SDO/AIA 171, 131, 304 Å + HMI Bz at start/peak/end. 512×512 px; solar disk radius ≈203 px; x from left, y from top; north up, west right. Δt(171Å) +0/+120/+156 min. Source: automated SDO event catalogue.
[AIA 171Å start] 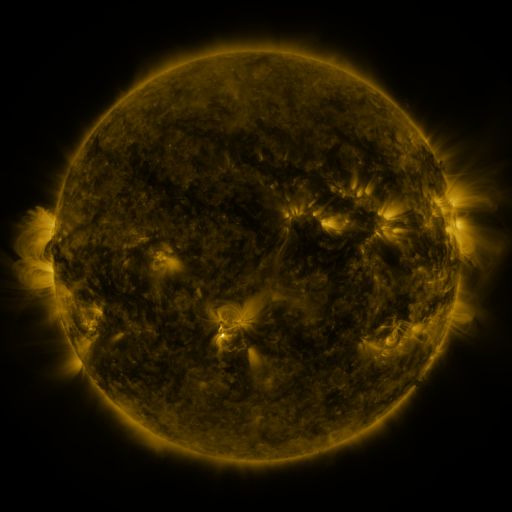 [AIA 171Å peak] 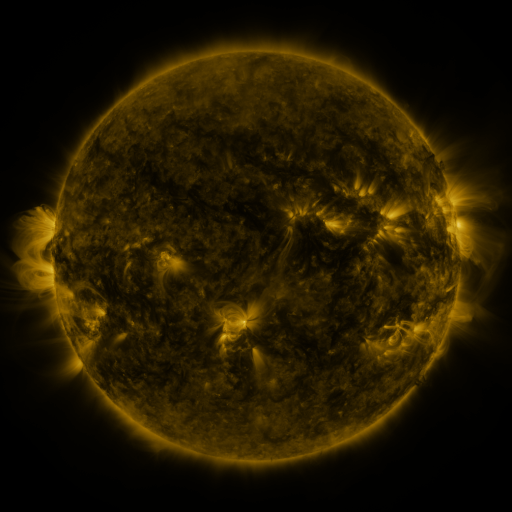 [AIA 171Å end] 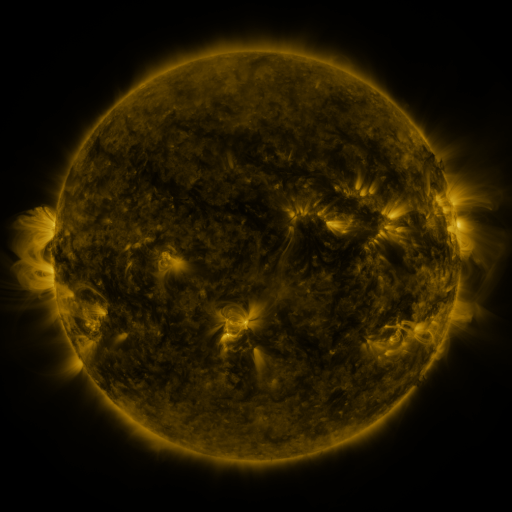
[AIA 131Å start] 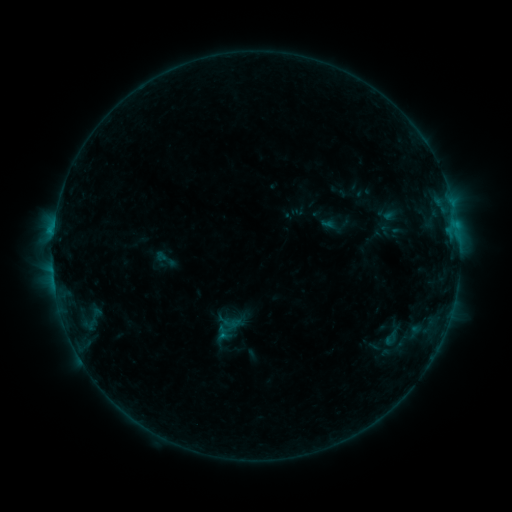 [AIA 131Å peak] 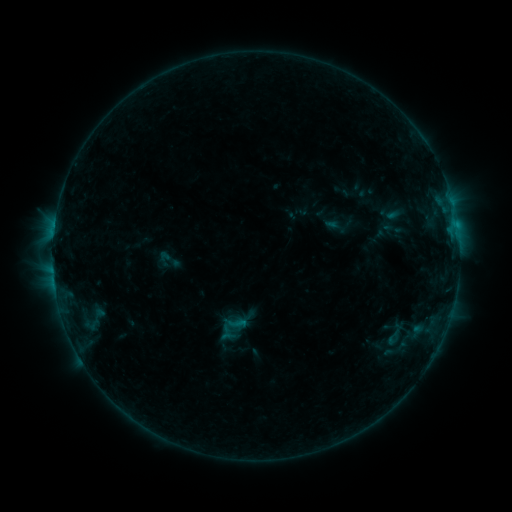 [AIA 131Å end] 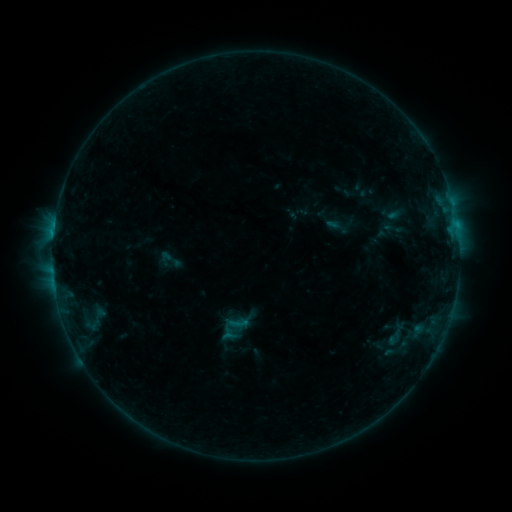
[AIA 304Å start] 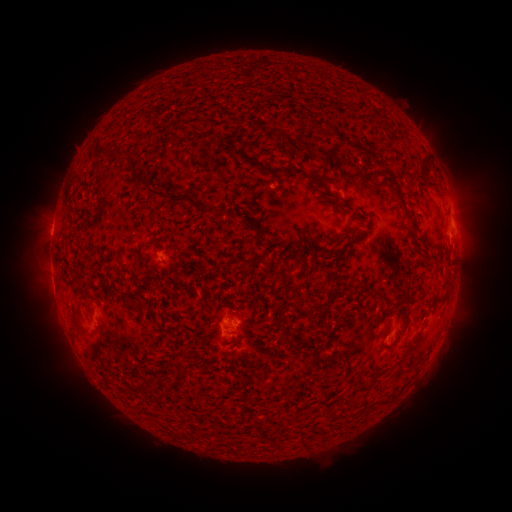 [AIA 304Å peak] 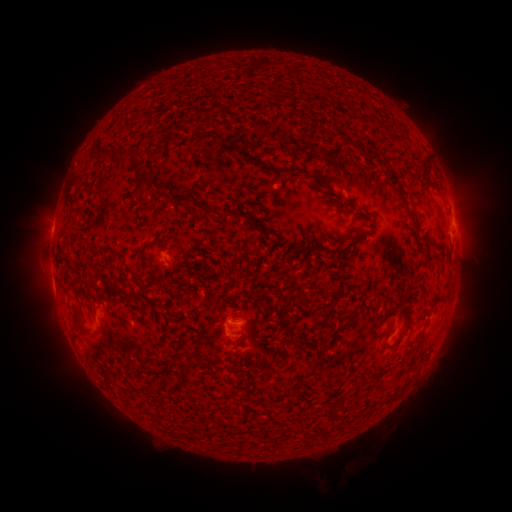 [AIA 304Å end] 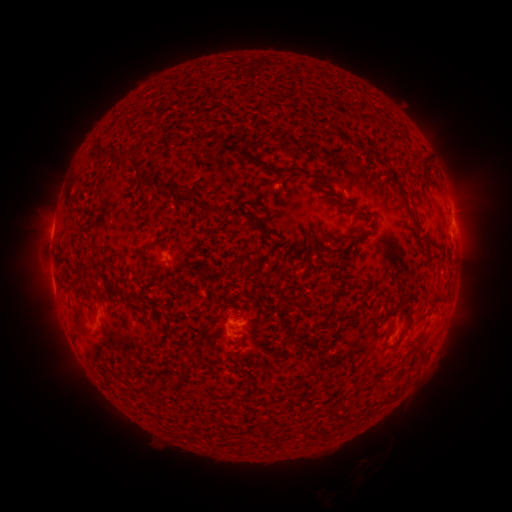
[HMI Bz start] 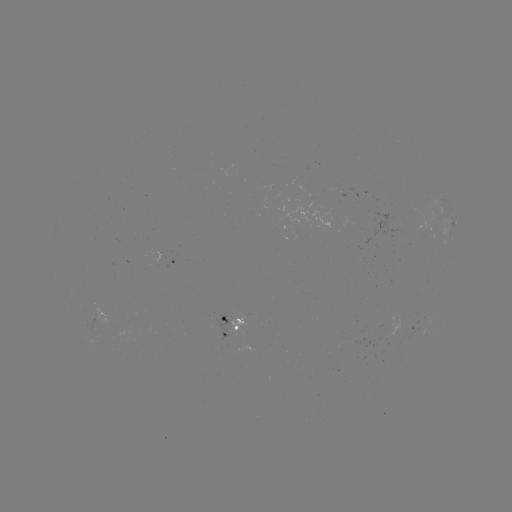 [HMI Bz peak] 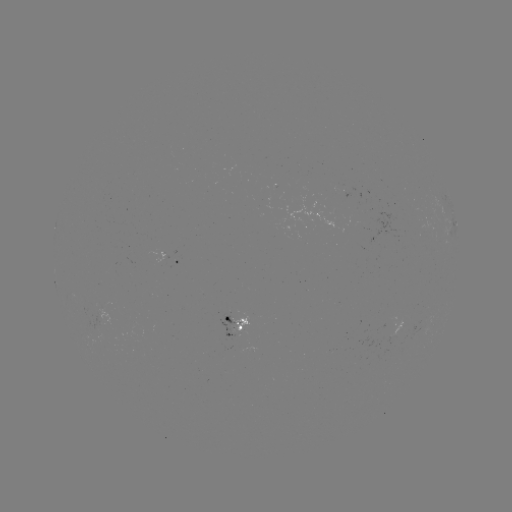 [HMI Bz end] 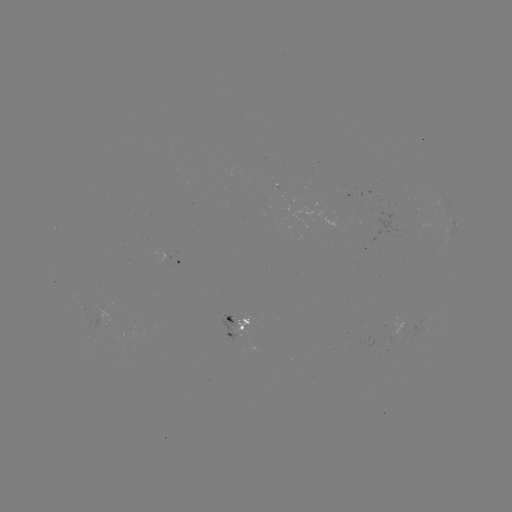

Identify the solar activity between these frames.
emerging-flux region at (233, 329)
